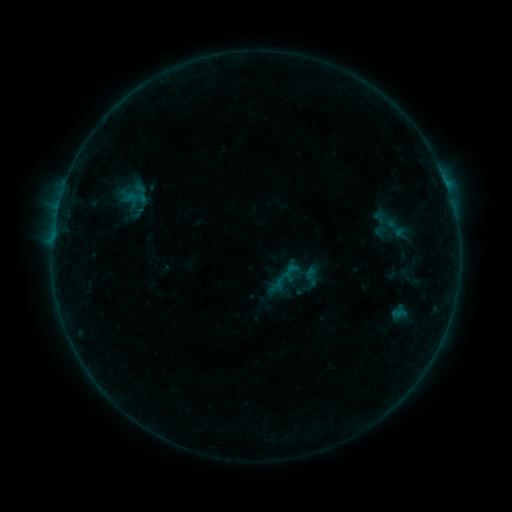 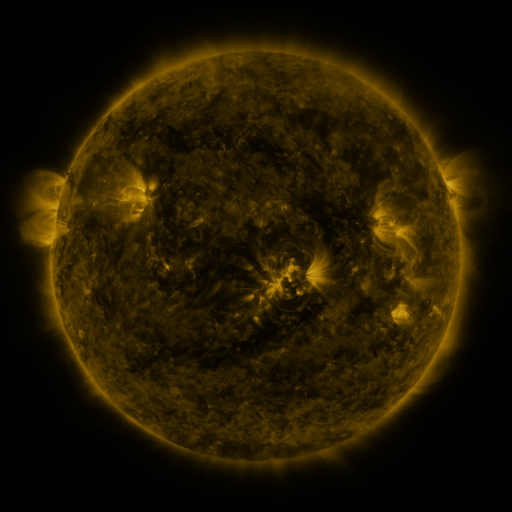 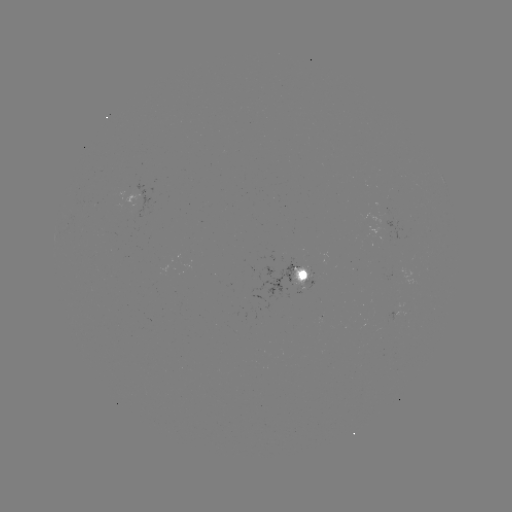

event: sigmoid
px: (312, 279)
